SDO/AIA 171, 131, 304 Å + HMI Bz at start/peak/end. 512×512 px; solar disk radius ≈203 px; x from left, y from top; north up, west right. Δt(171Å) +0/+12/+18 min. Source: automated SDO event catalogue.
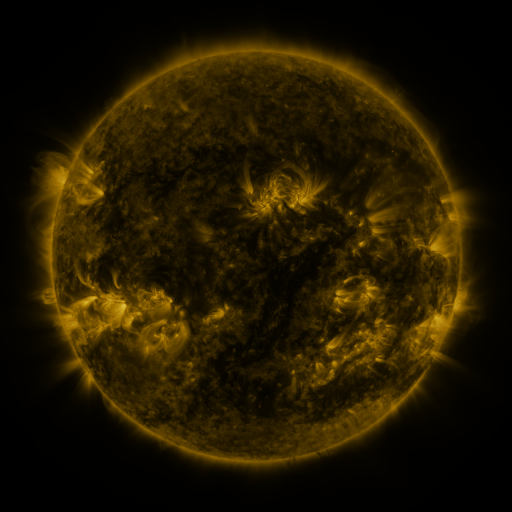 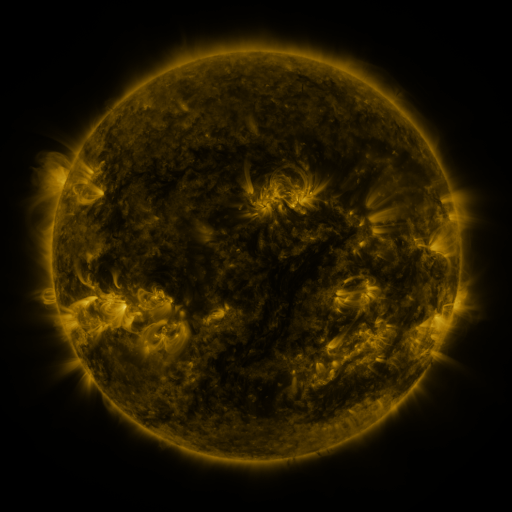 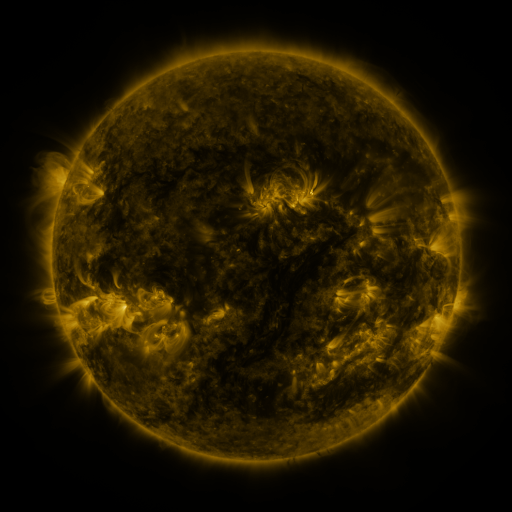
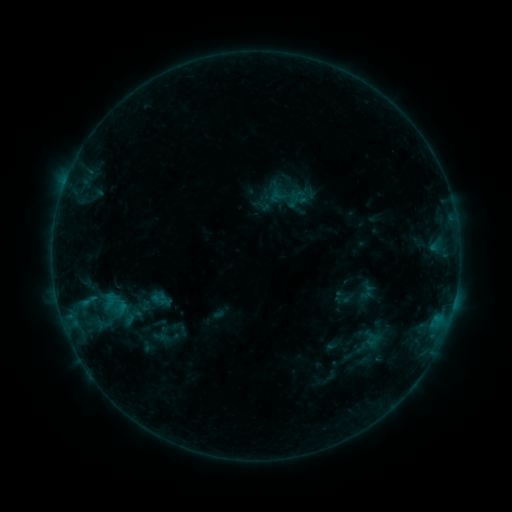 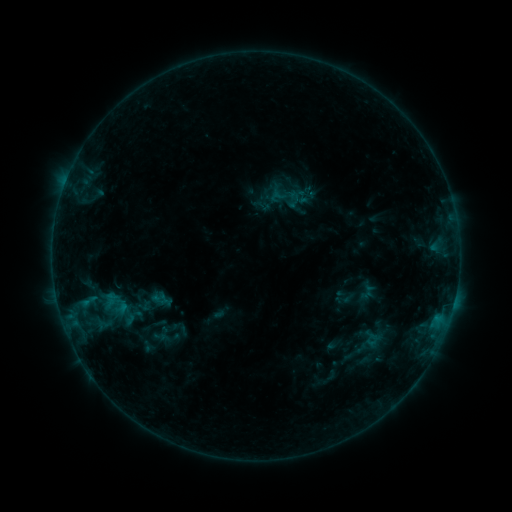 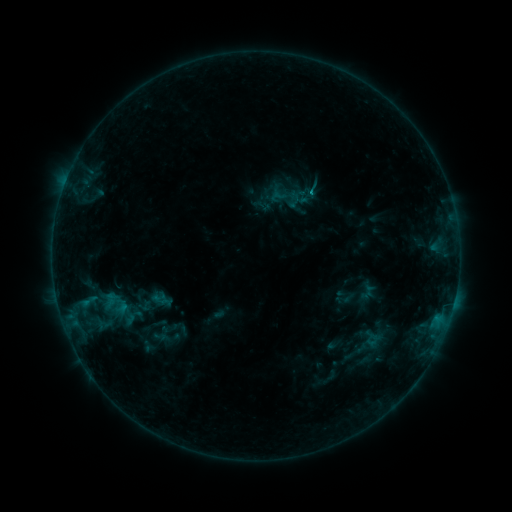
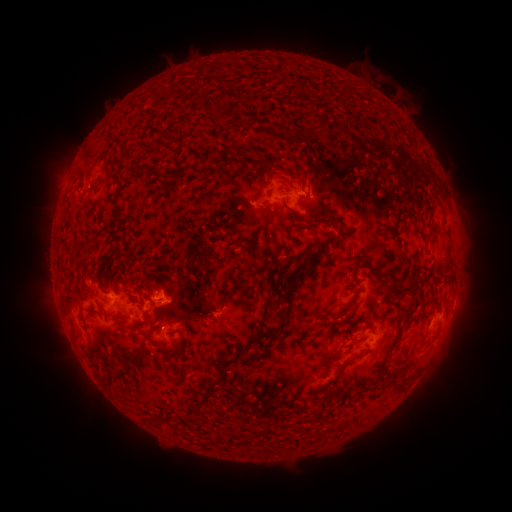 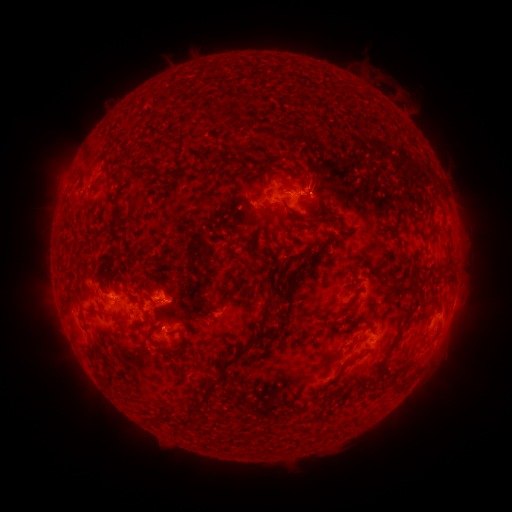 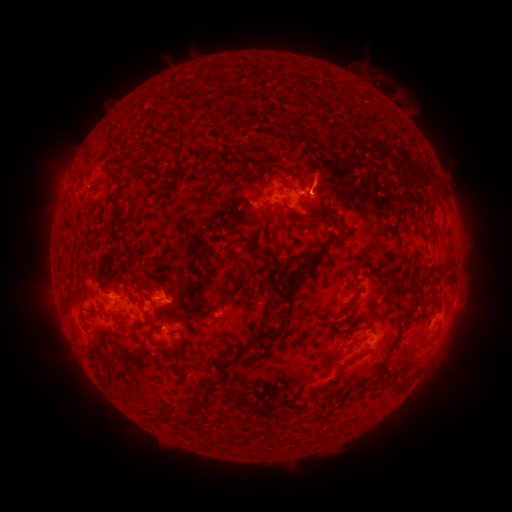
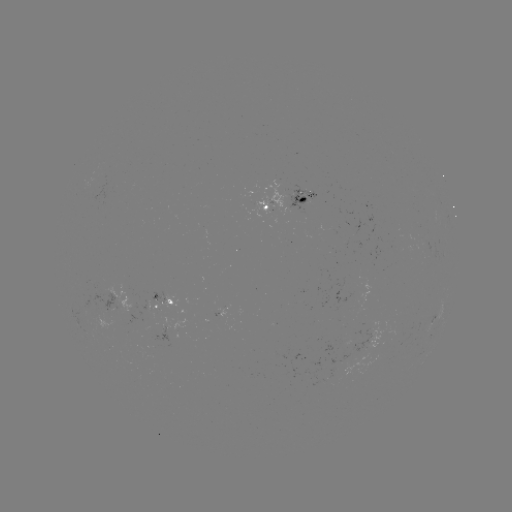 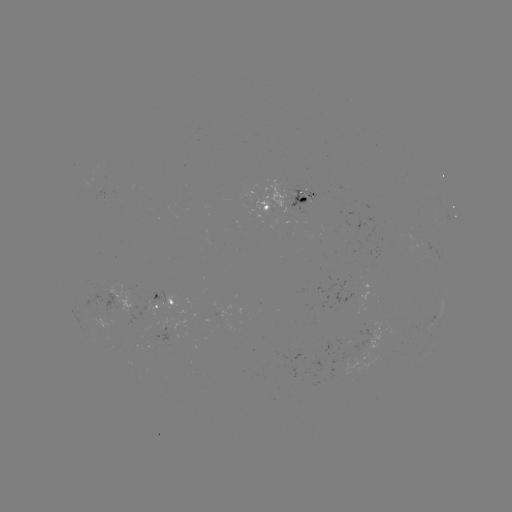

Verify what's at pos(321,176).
eruption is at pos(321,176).